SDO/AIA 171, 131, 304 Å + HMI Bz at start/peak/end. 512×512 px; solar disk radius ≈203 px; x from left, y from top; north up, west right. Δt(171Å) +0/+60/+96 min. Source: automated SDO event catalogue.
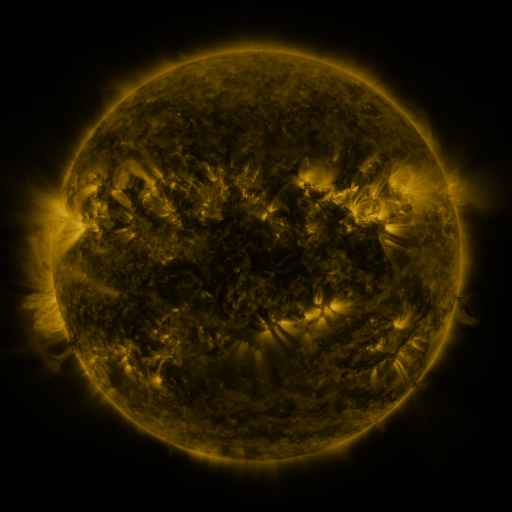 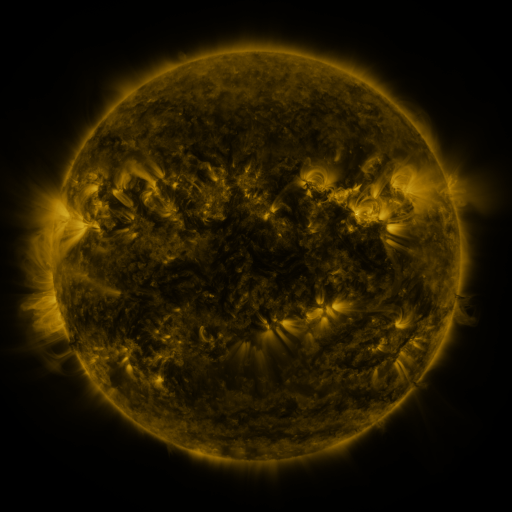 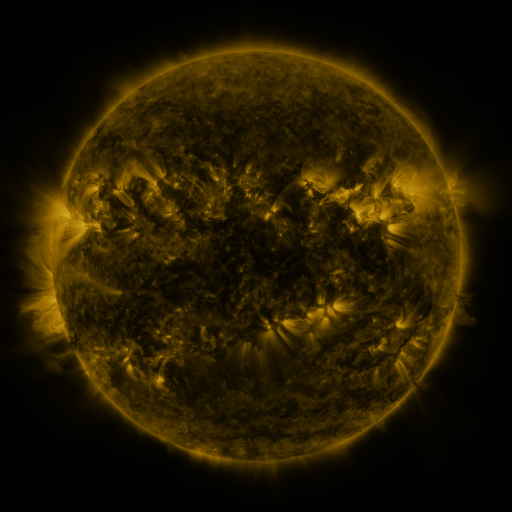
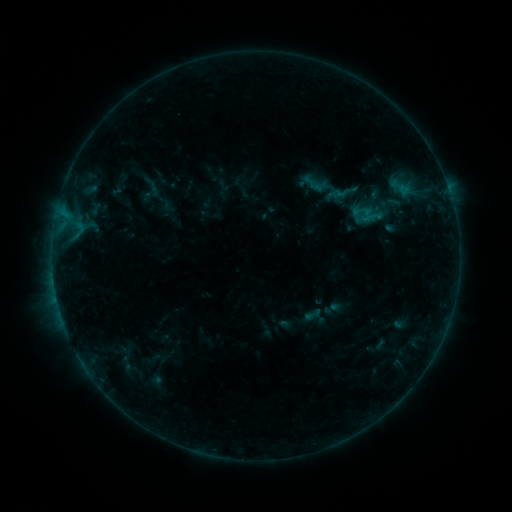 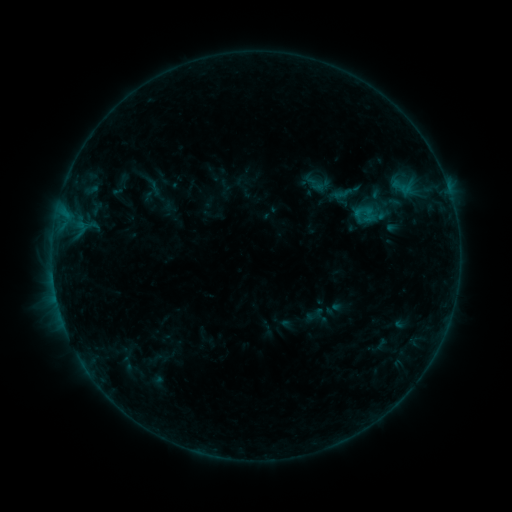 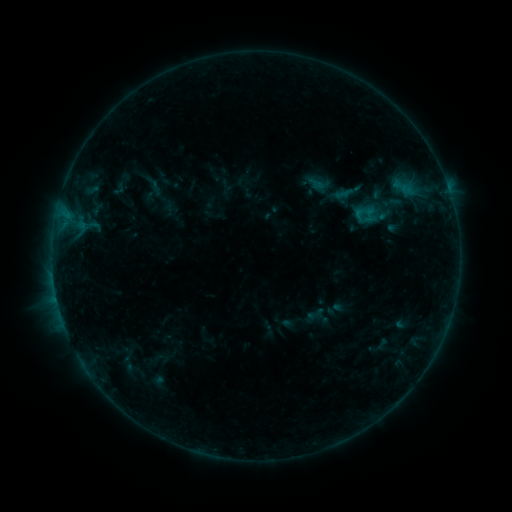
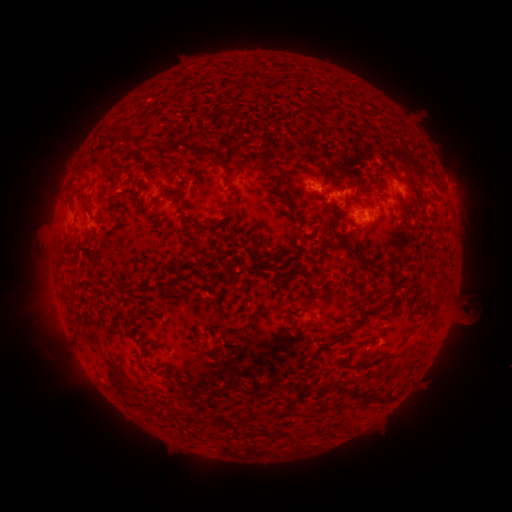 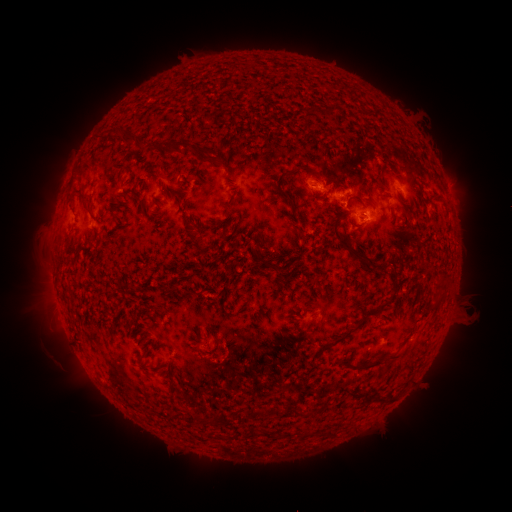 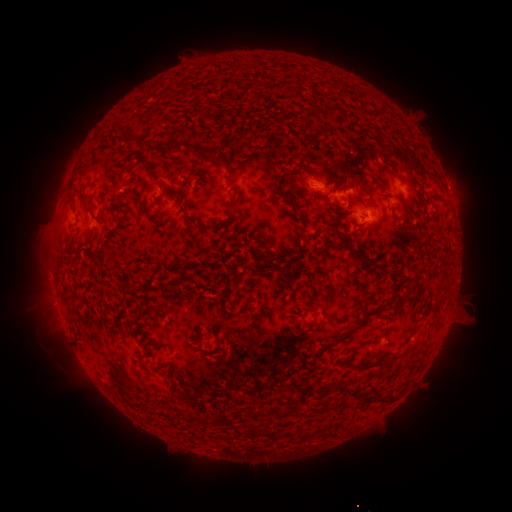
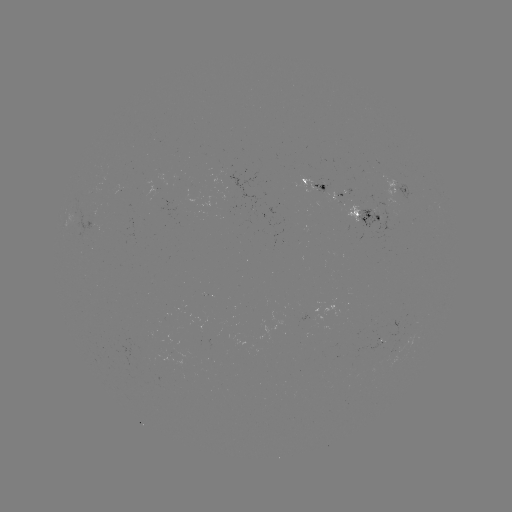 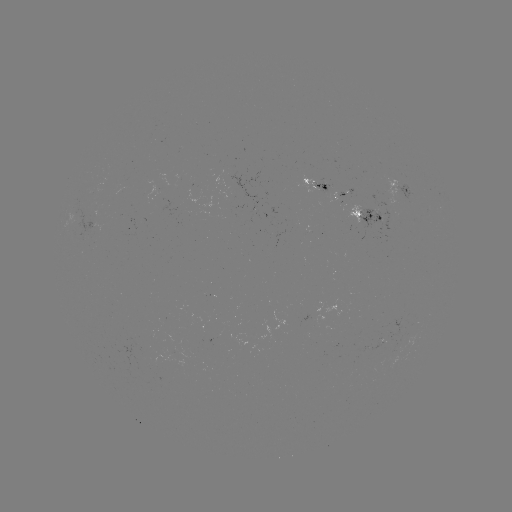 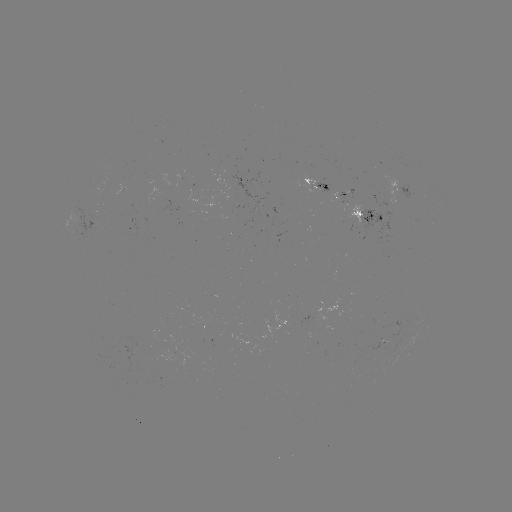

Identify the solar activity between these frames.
emerging-flux region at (366, 204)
